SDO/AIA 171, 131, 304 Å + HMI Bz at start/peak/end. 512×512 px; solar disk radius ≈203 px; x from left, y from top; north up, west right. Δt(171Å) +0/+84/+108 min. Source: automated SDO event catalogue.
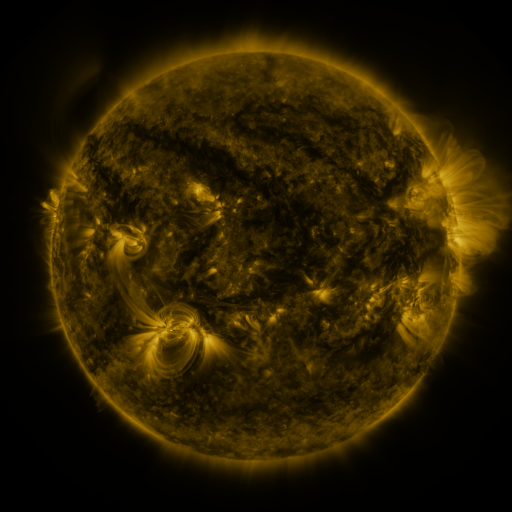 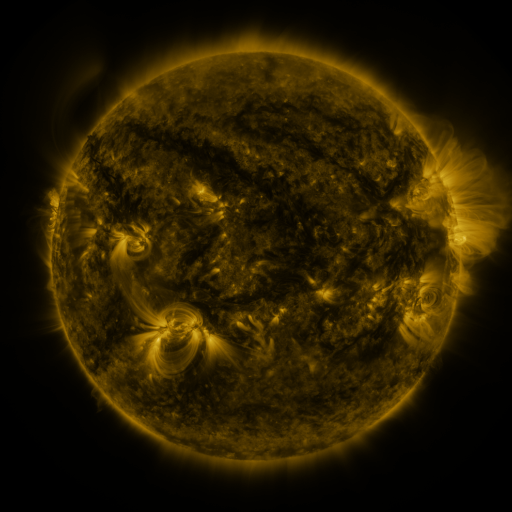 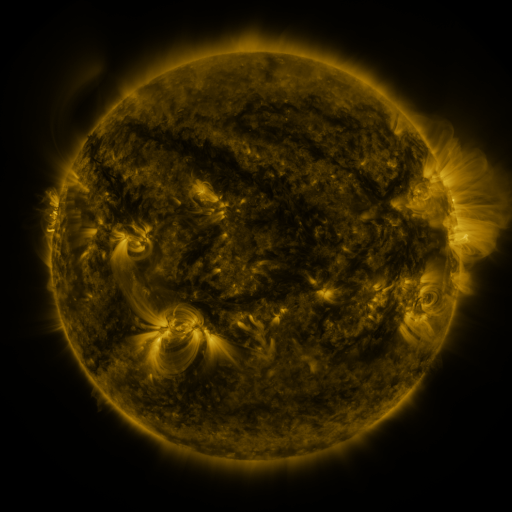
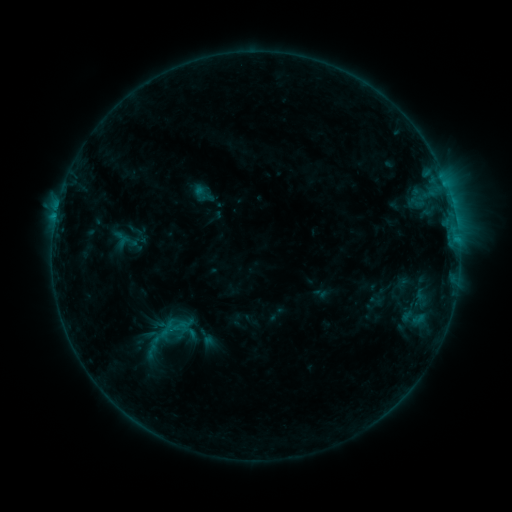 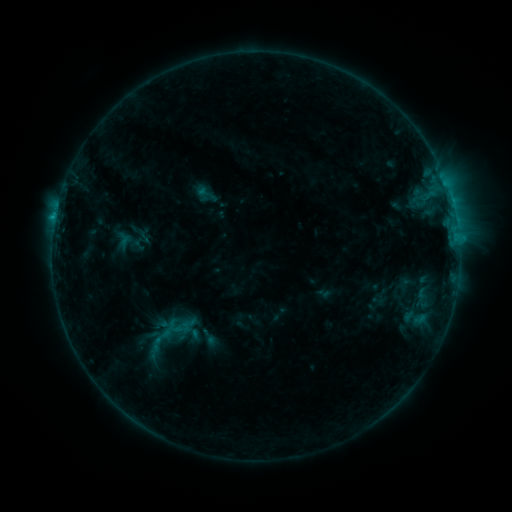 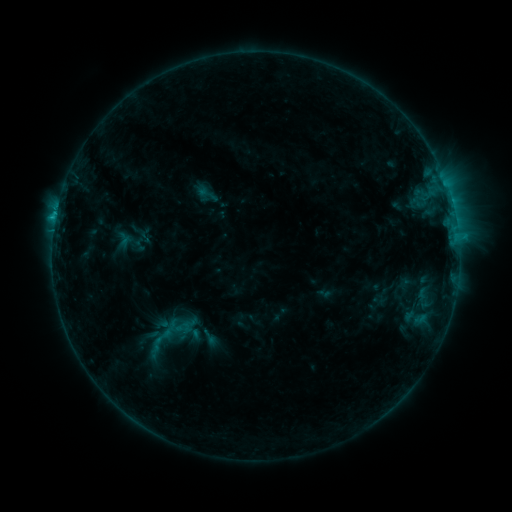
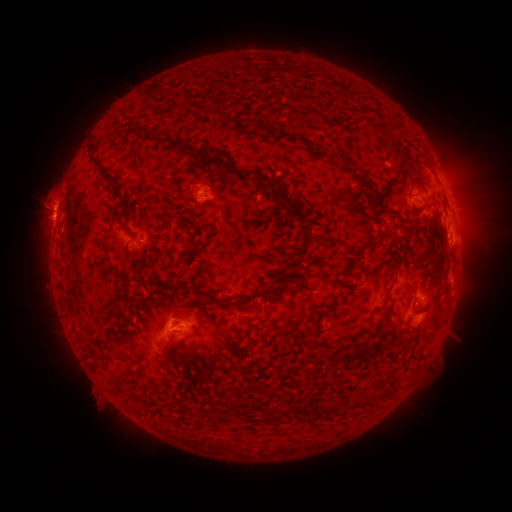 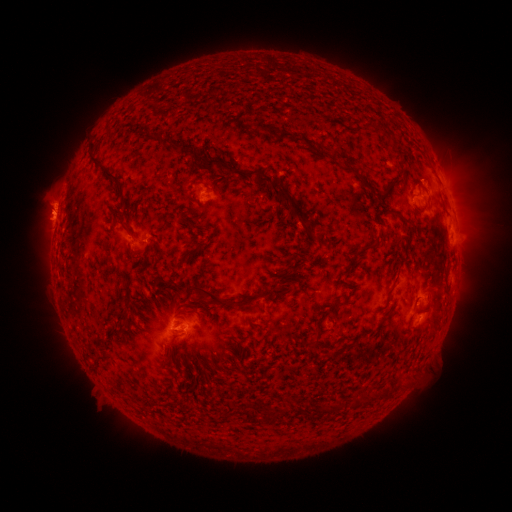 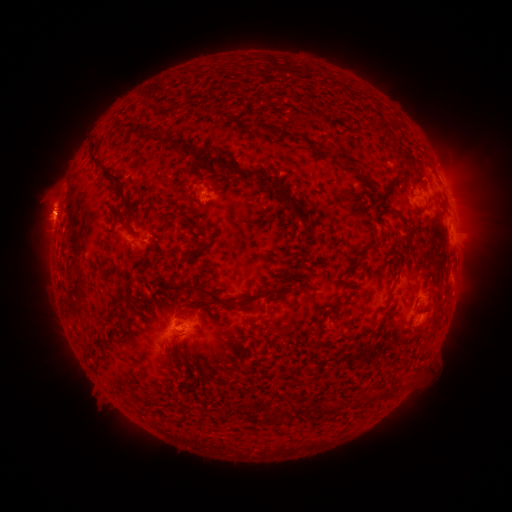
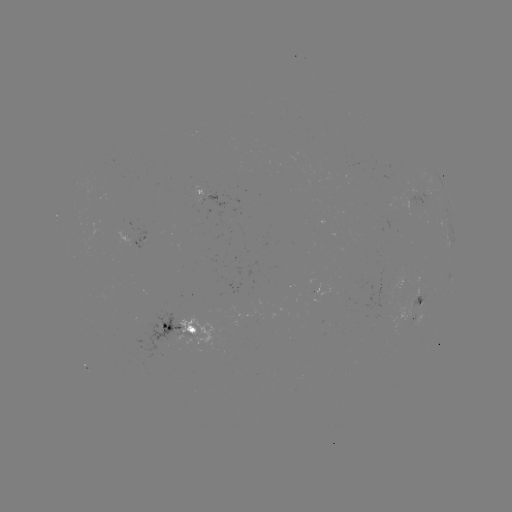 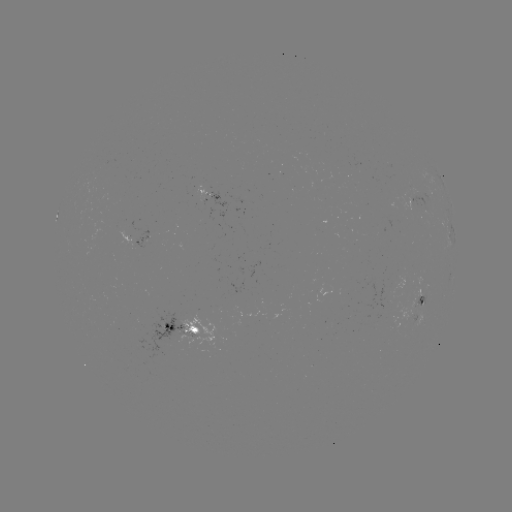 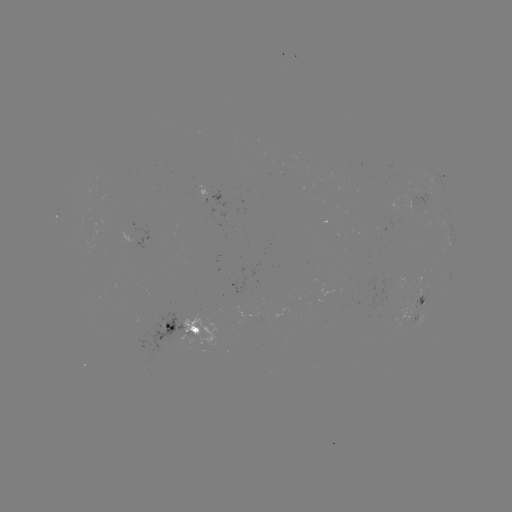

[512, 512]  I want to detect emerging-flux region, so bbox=[413, 295, 425, 308].